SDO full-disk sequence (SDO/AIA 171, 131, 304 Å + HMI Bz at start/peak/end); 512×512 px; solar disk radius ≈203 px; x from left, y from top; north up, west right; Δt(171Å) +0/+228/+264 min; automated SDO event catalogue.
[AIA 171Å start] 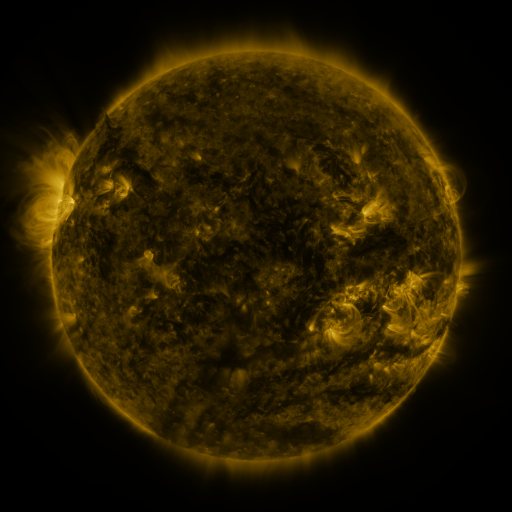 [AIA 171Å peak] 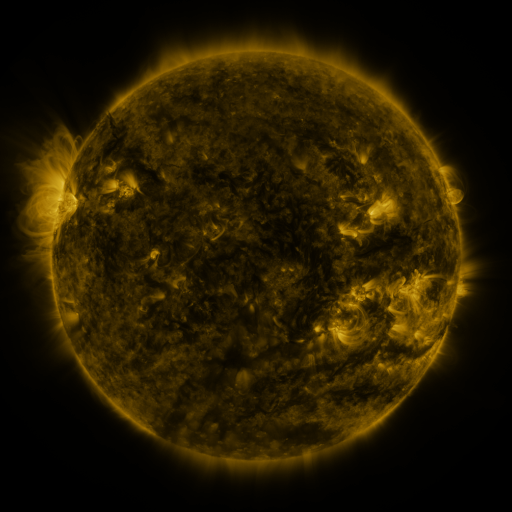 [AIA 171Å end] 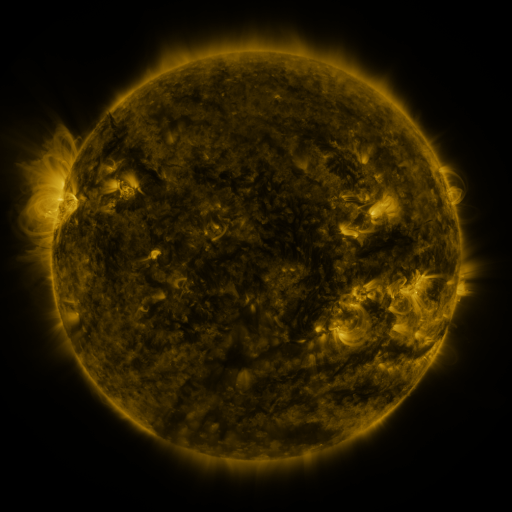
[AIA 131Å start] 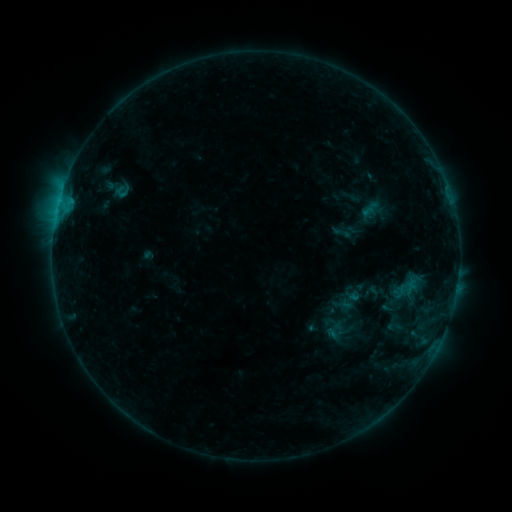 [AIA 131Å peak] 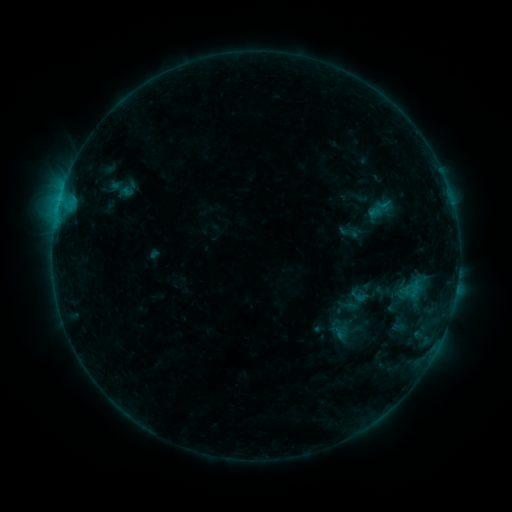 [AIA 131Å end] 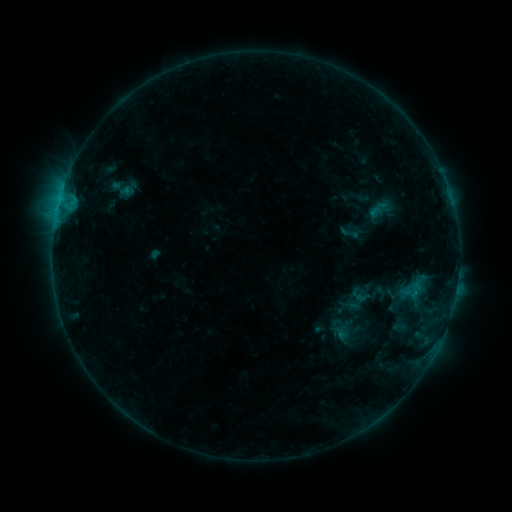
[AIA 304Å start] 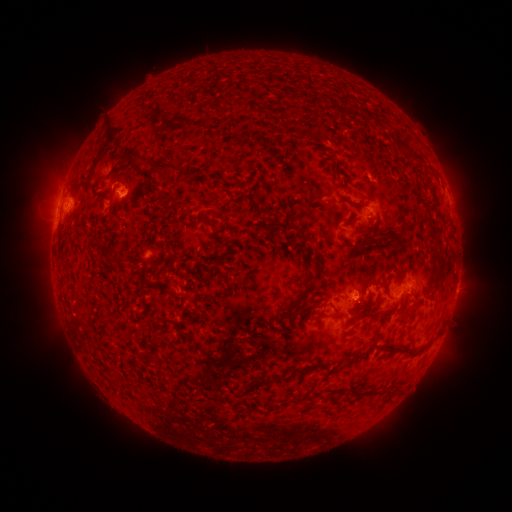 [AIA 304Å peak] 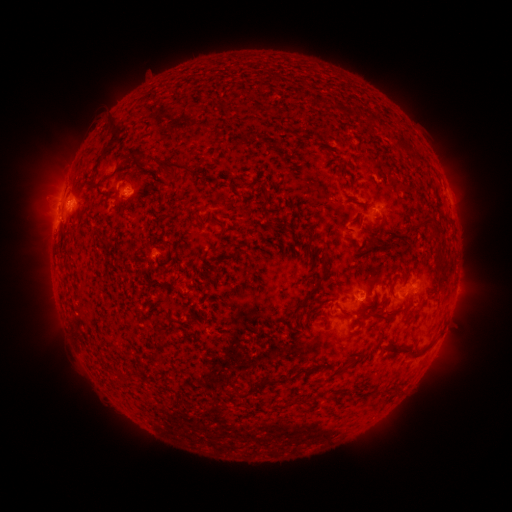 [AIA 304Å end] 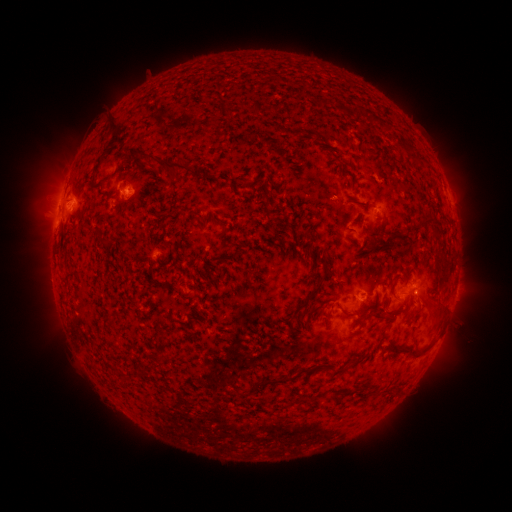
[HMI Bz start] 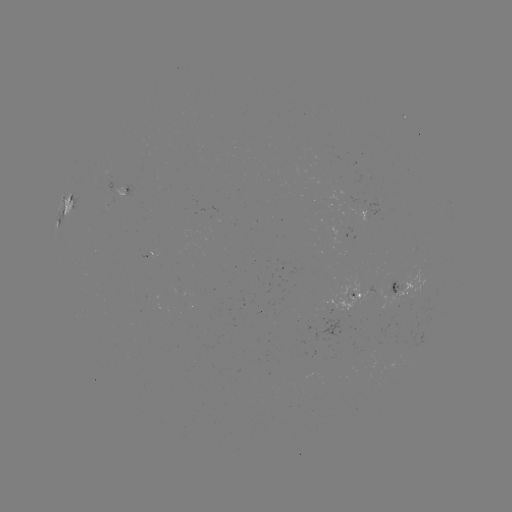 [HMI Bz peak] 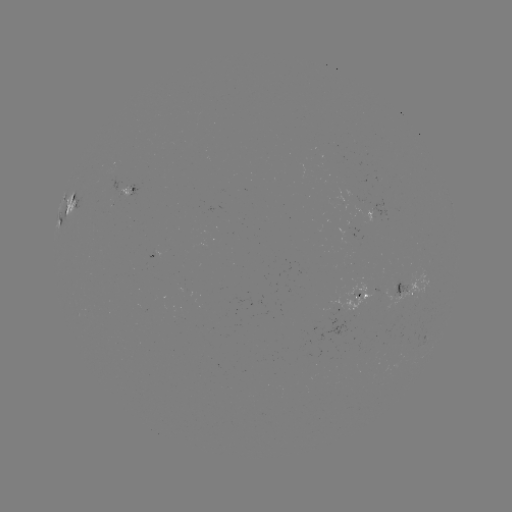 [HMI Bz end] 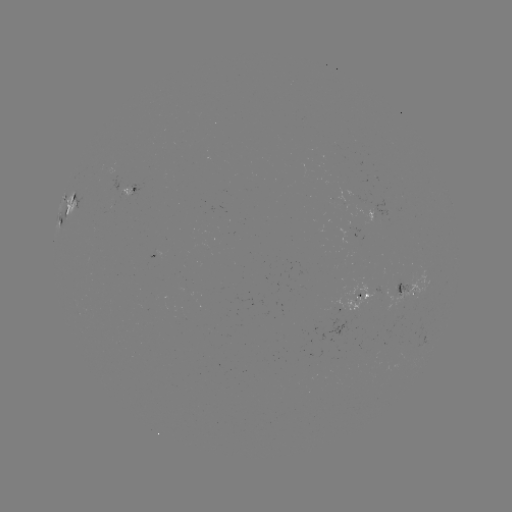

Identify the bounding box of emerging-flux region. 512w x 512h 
[120, 186, 130, 198].